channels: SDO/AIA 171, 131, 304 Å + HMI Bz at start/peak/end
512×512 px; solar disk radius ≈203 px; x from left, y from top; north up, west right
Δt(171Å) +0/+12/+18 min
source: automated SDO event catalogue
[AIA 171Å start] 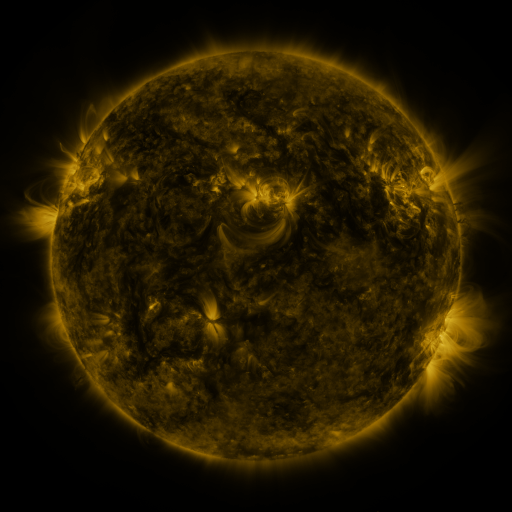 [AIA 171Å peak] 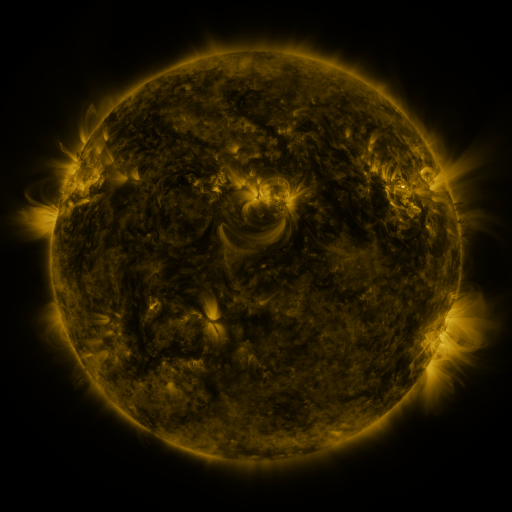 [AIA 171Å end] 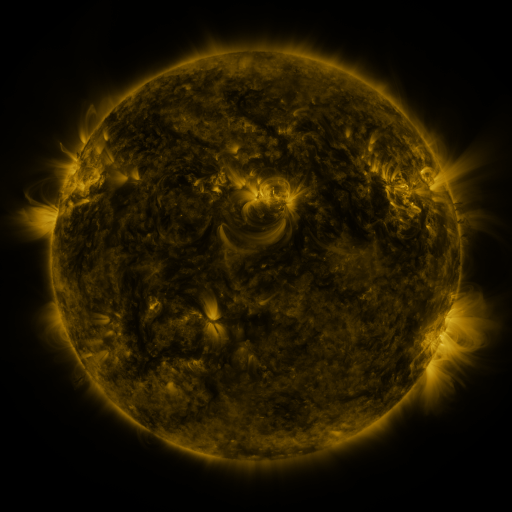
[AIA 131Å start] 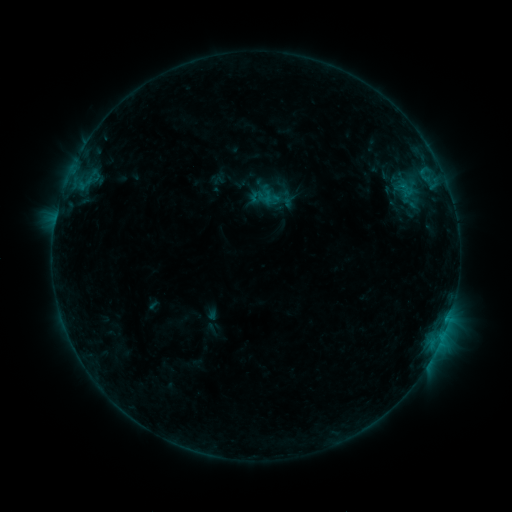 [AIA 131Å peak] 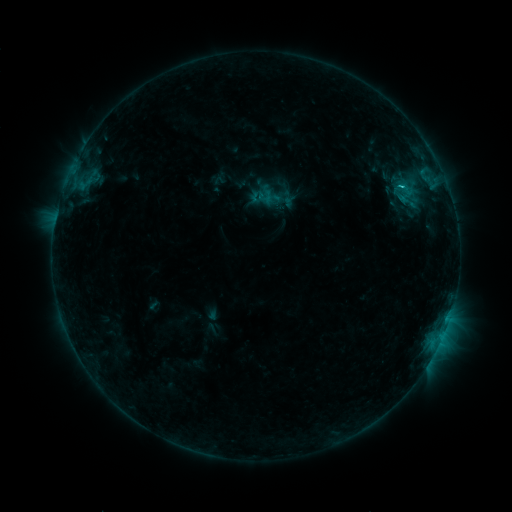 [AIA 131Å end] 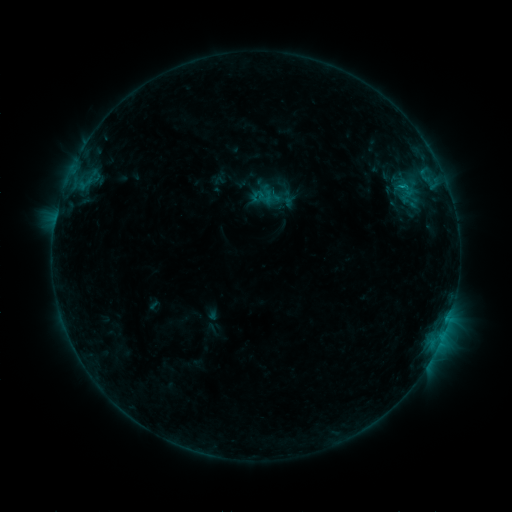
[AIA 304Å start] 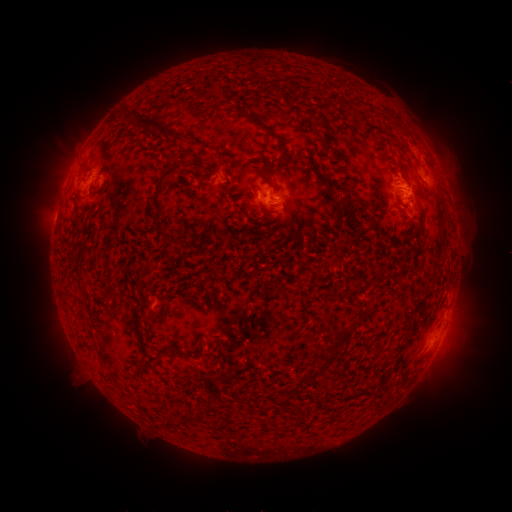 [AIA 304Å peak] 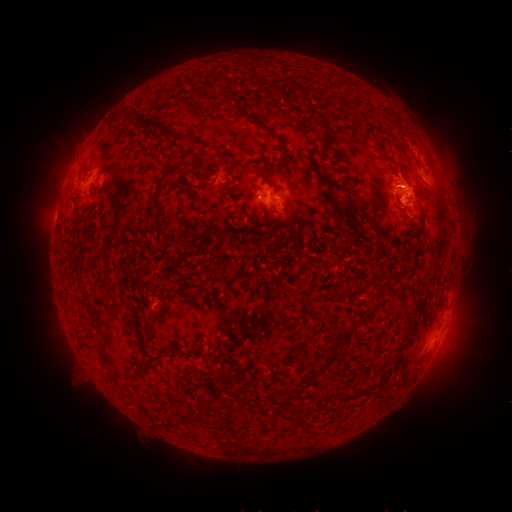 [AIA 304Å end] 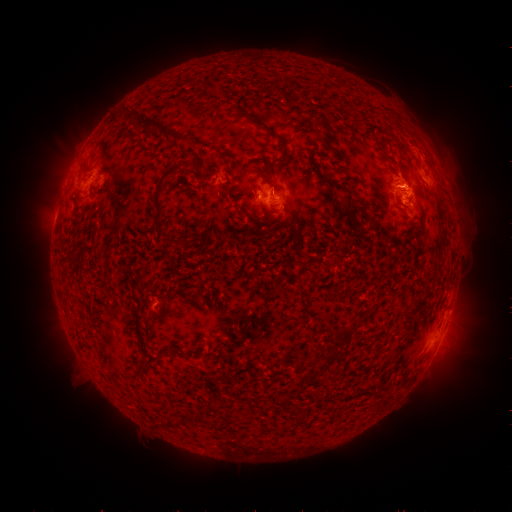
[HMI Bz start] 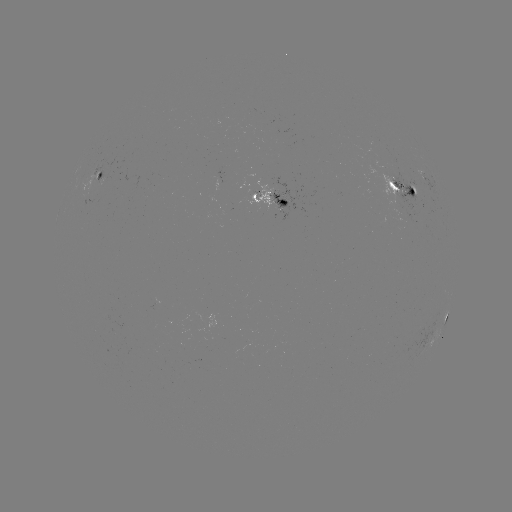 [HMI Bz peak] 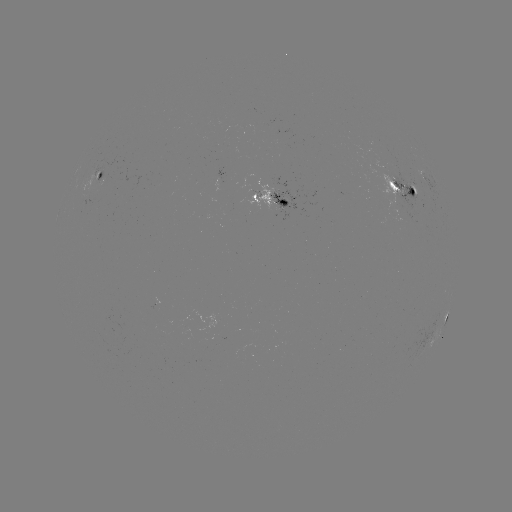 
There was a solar flare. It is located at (400, 187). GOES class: C1.1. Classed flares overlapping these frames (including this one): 1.